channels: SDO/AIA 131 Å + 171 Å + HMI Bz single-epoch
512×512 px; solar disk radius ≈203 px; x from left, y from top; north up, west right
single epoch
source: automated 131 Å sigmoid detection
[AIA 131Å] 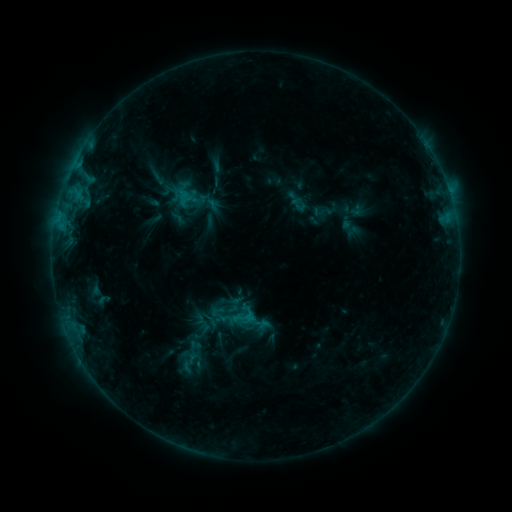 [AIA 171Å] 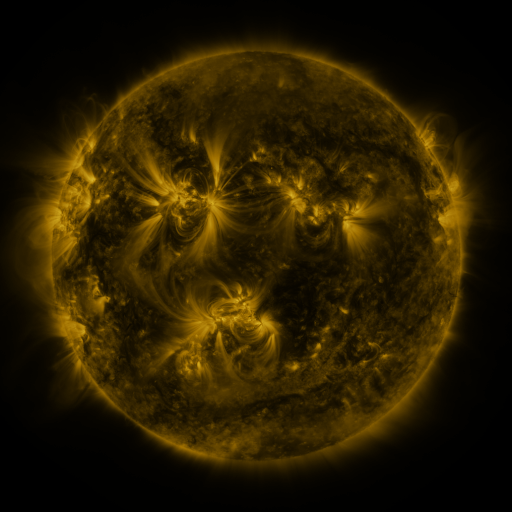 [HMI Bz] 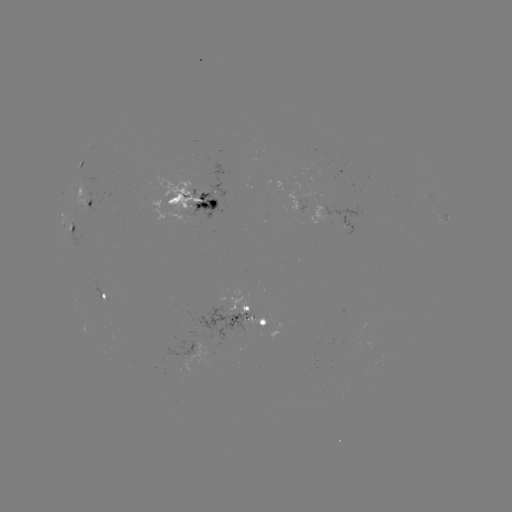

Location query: sigmoid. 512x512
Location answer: [244, 318].